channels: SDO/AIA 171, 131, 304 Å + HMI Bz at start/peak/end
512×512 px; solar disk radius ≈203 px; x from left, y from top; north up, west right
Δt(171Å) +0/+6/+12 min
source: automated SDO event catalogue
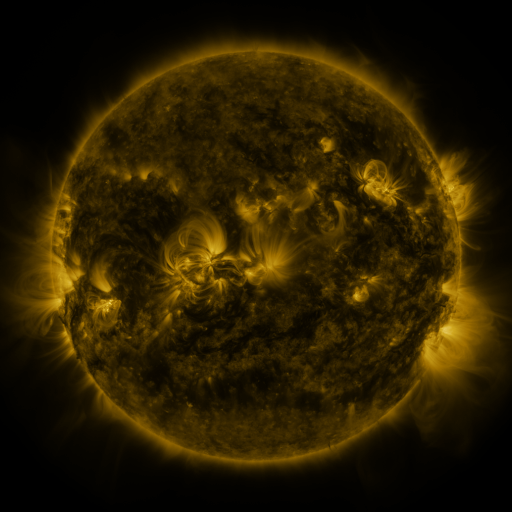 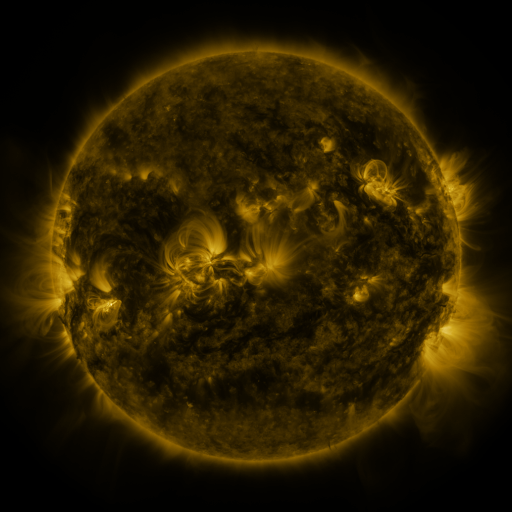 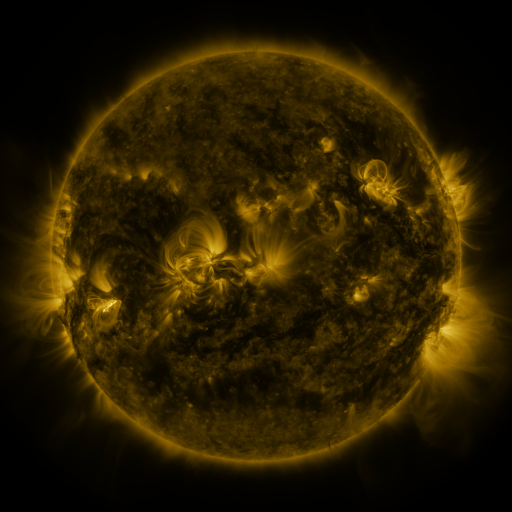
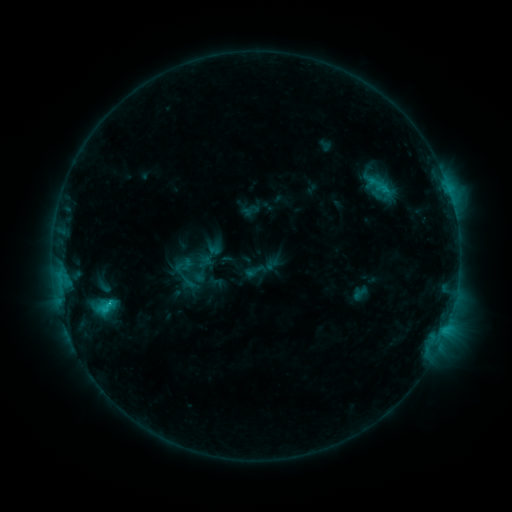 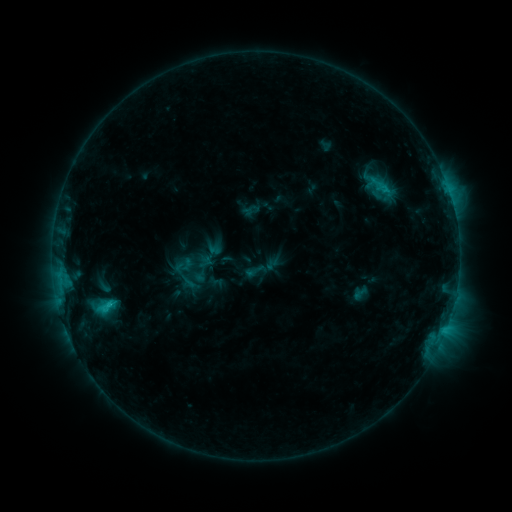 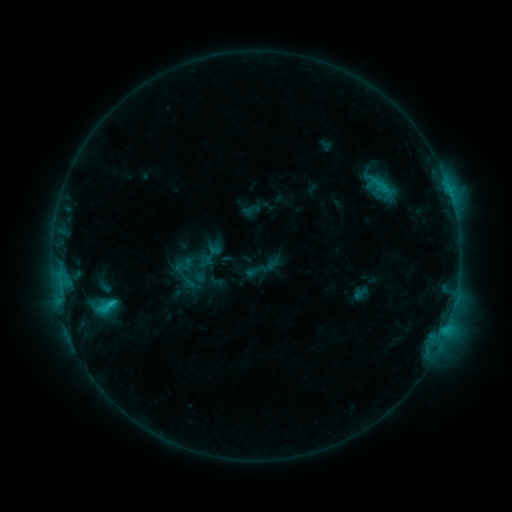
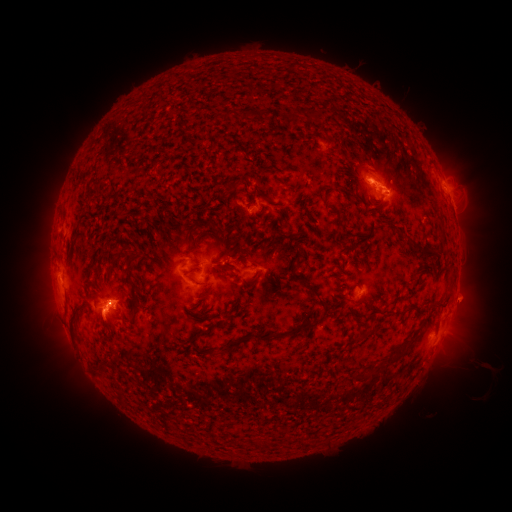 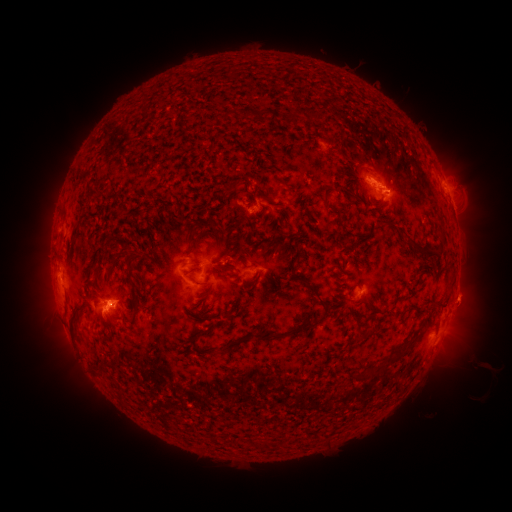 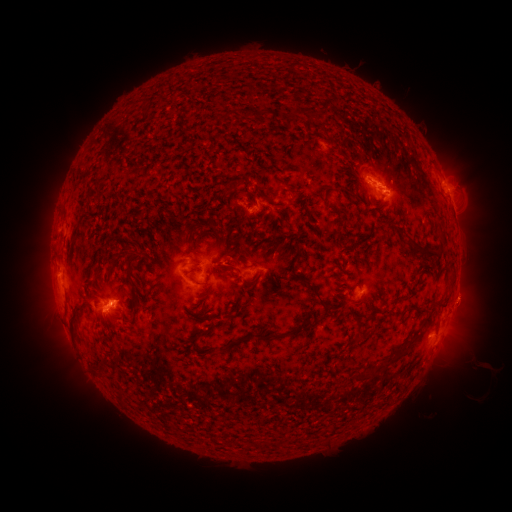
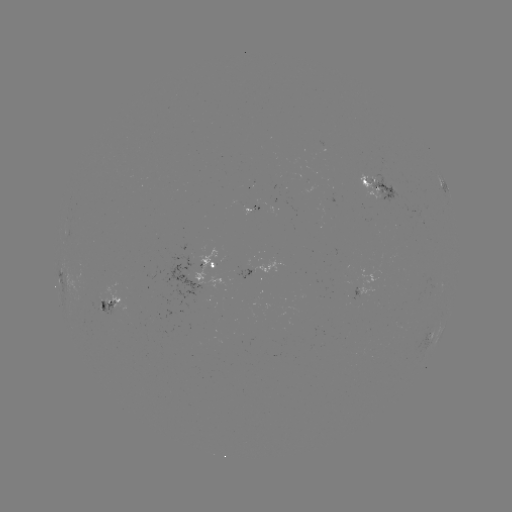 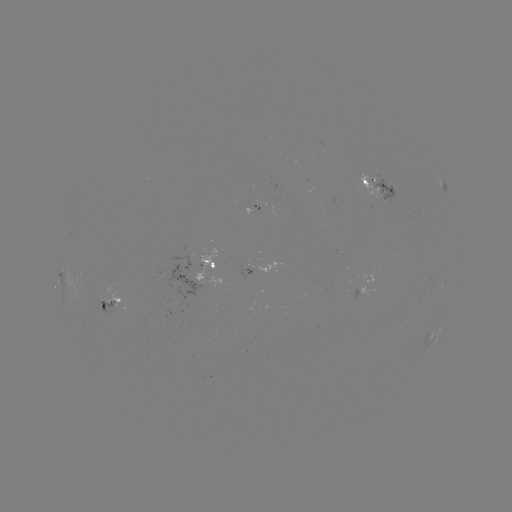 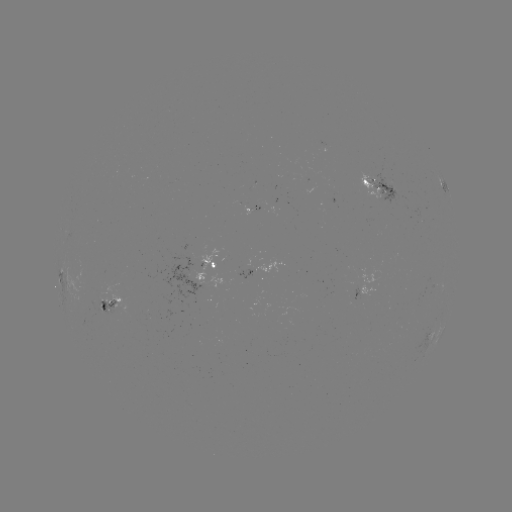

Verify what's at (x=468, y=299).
eruption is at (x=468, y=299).